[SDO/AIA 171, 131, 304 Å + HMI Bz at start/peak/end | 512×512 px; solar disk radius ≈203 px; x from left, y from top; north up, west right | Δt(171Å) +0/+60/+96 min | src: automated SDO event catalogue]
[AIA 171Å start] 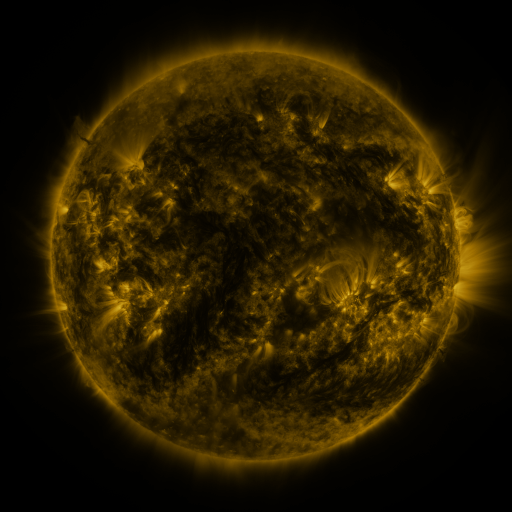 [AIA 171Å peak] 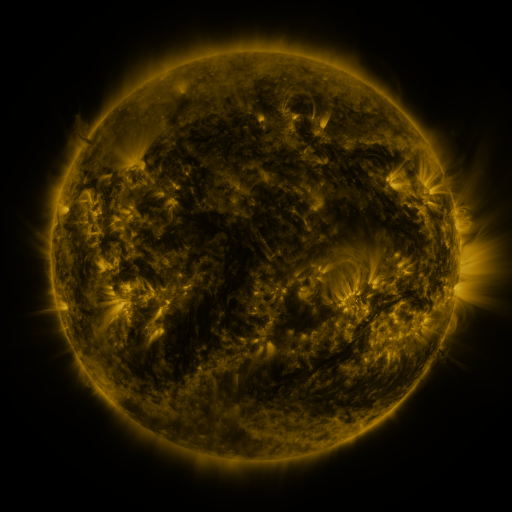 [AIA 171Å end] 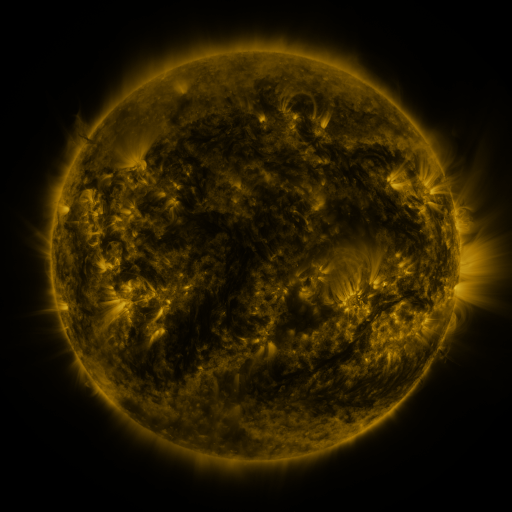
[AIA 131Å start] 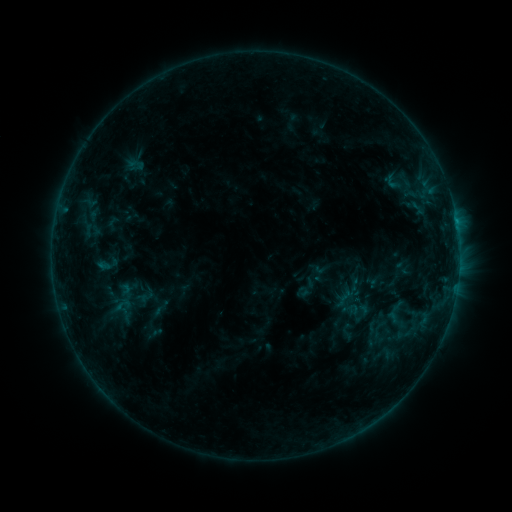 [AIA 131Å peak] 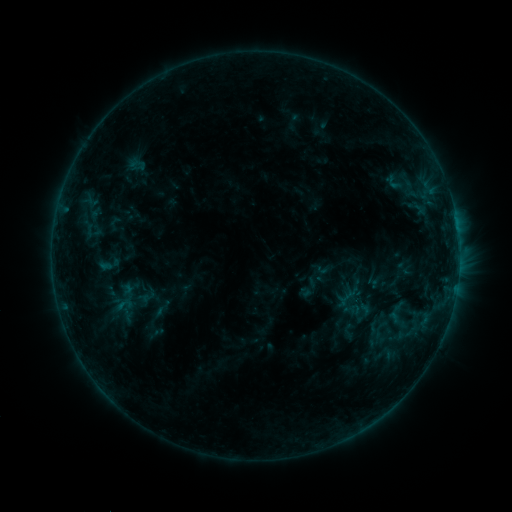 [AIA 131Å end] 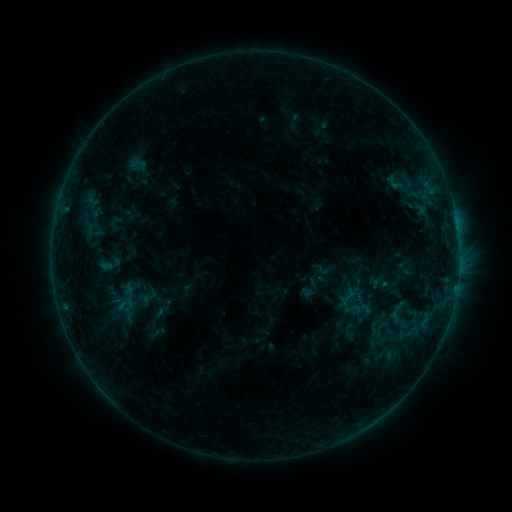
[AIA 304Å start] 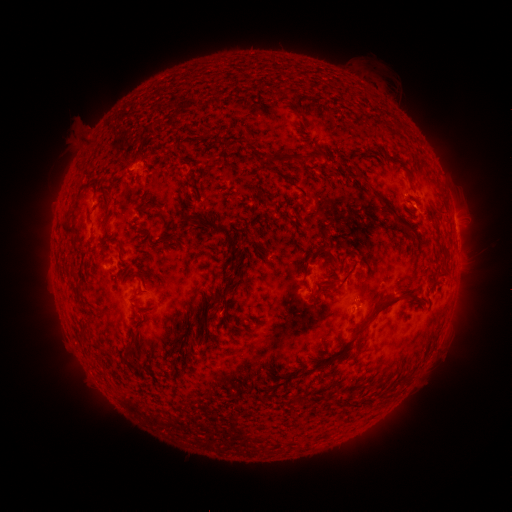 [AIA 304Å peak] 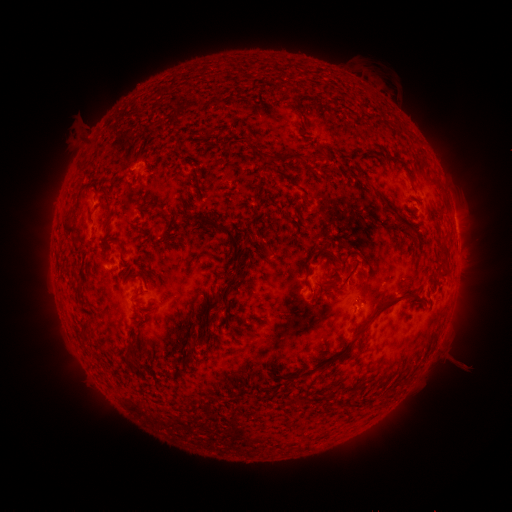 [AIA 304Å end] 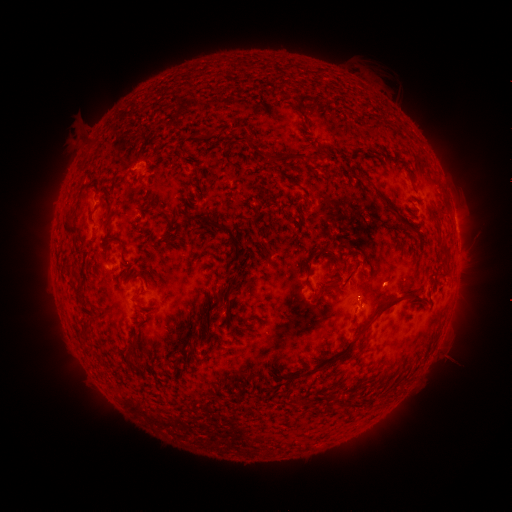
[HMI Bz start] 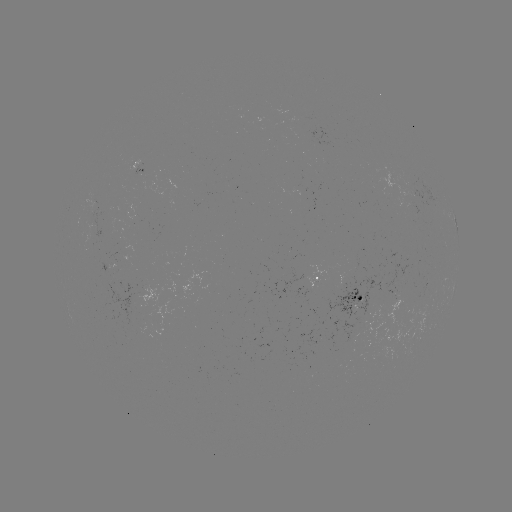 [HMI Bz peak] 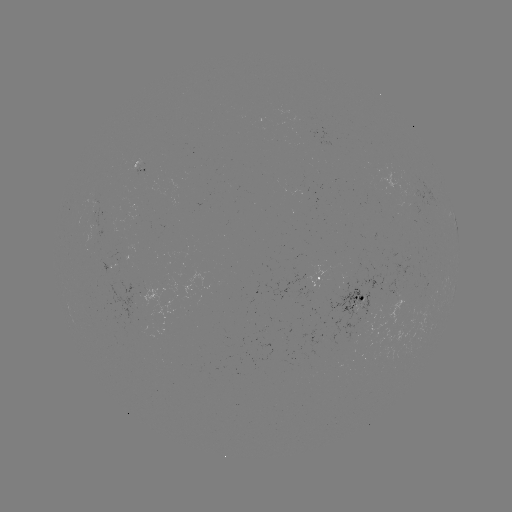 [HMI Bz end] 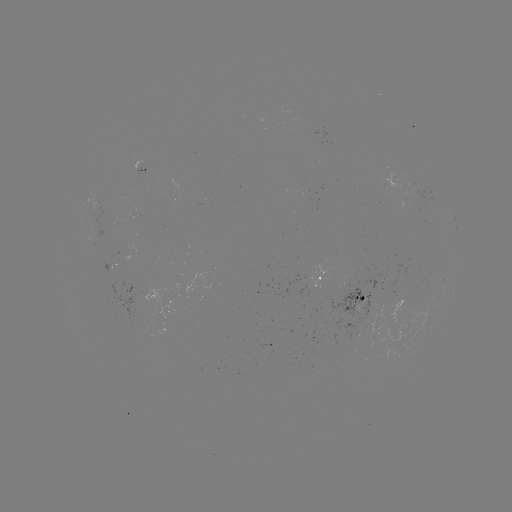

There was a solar emerging-flux region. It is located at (415, 202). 